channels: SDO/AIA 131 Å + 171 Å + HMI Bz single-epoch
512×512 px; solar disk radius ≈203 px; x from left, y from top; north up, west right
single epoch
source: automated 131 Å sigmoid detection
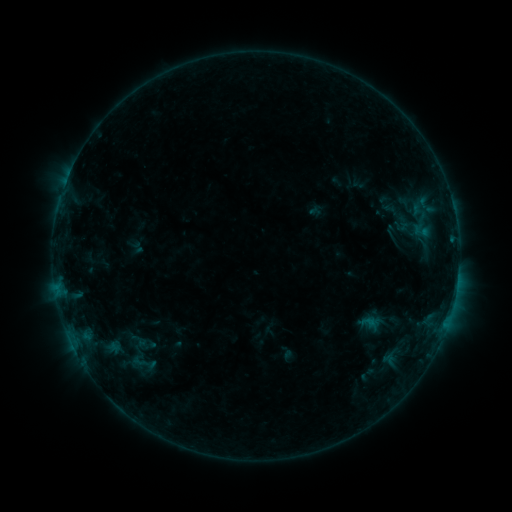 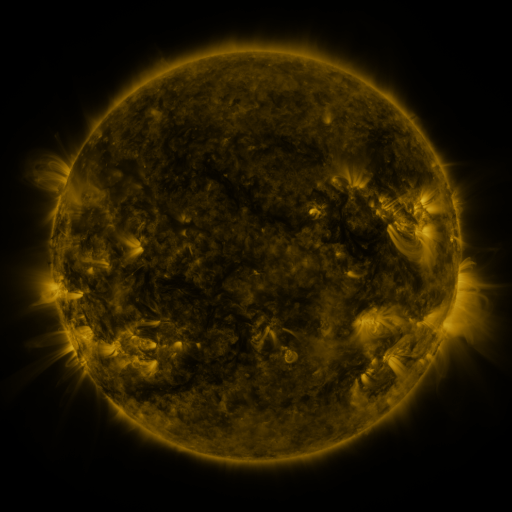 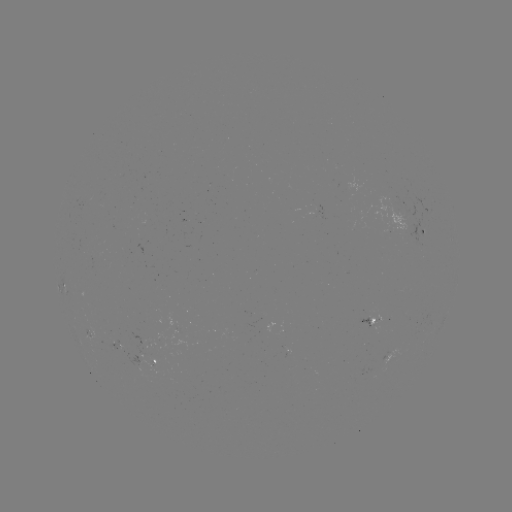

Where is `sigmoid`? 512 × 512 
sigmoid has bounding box [117, 344, 166, 379].